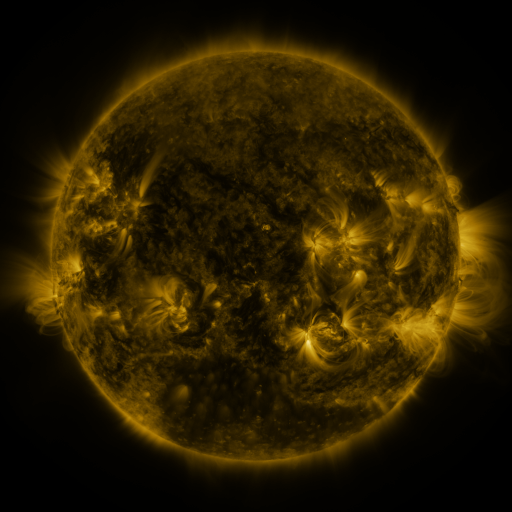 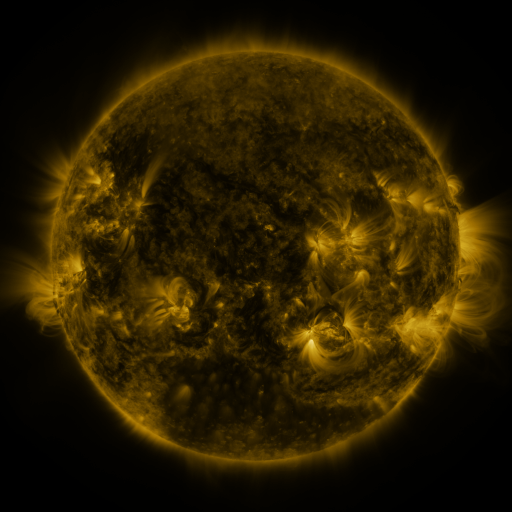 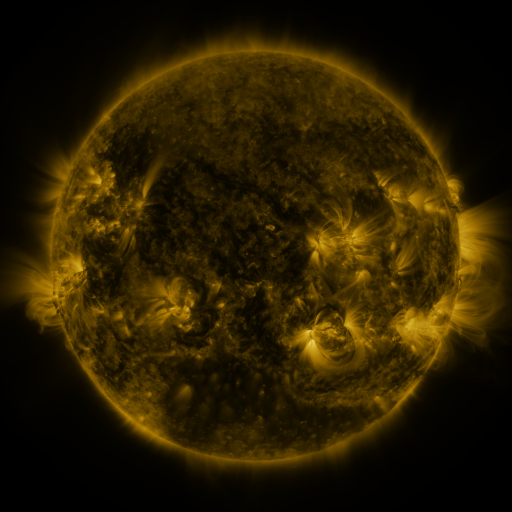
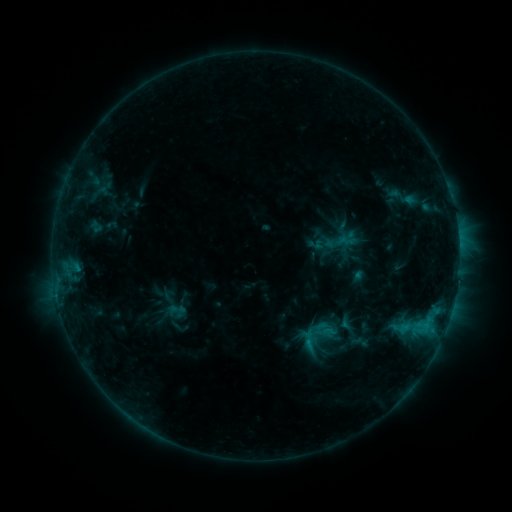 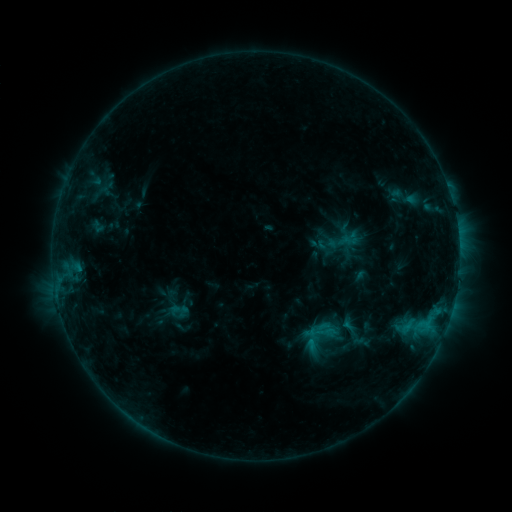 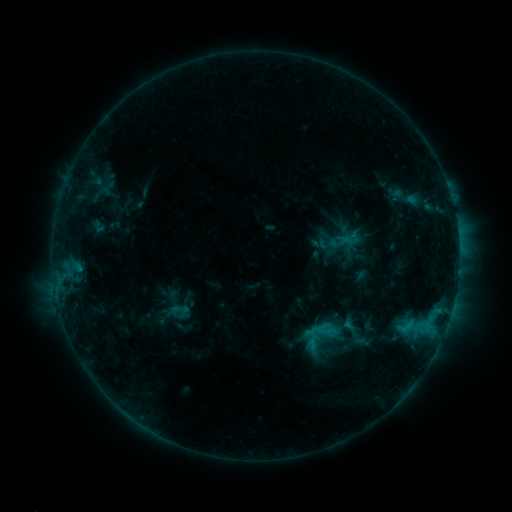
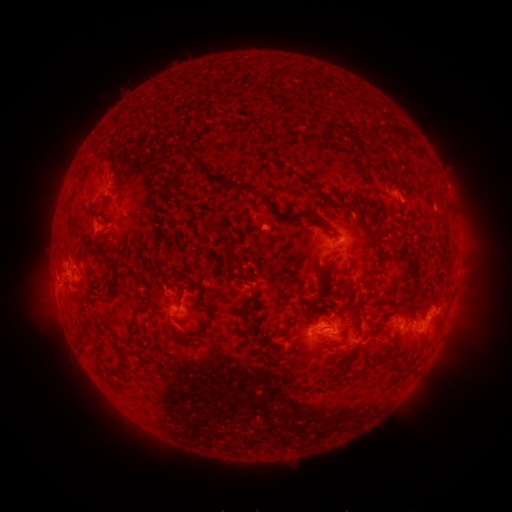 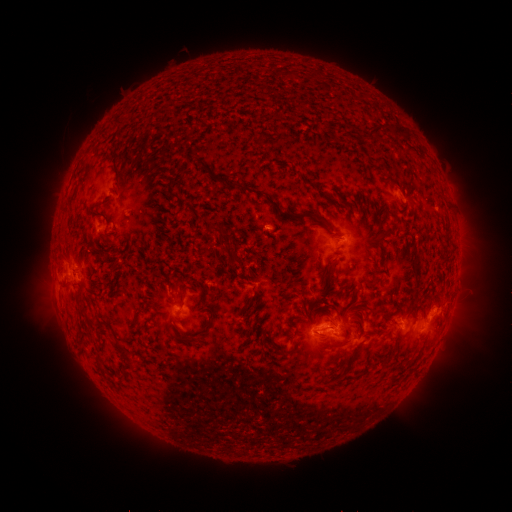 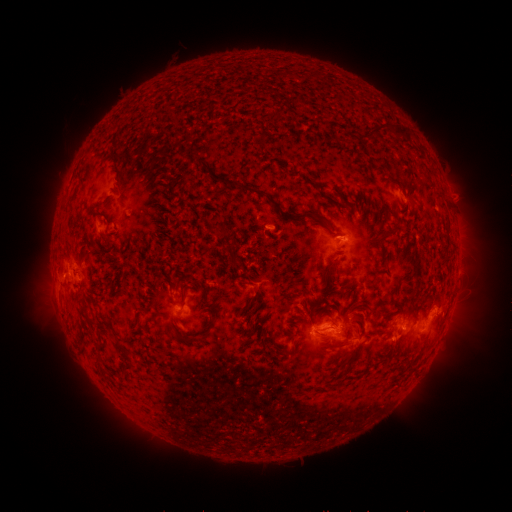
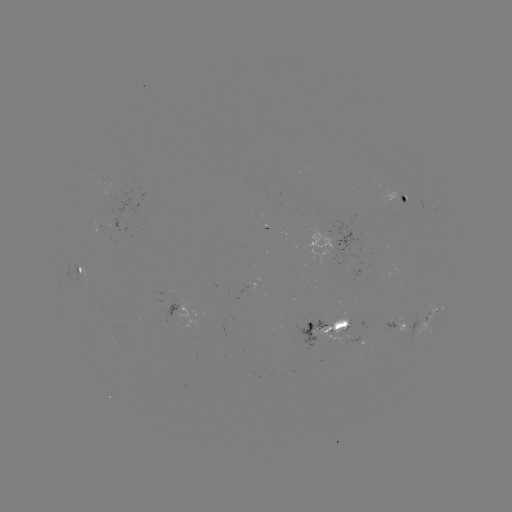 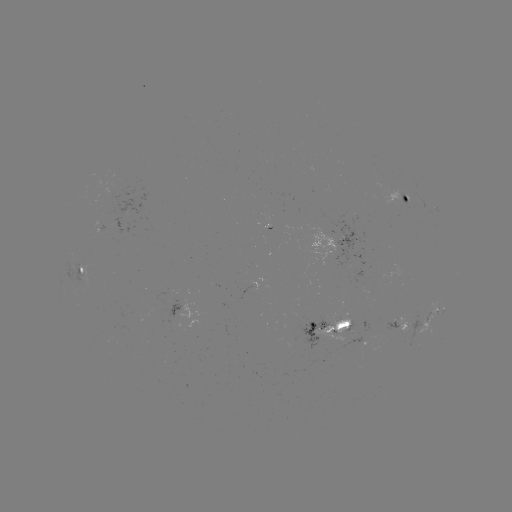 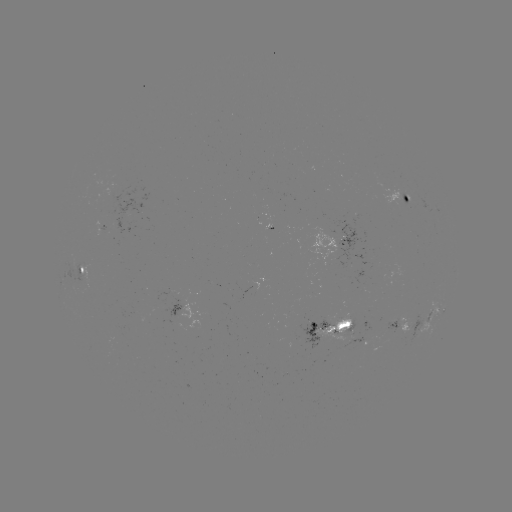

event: emerging-flux region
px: (105, 227)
